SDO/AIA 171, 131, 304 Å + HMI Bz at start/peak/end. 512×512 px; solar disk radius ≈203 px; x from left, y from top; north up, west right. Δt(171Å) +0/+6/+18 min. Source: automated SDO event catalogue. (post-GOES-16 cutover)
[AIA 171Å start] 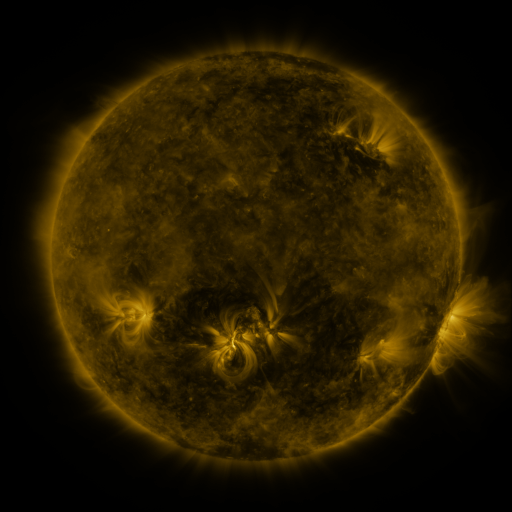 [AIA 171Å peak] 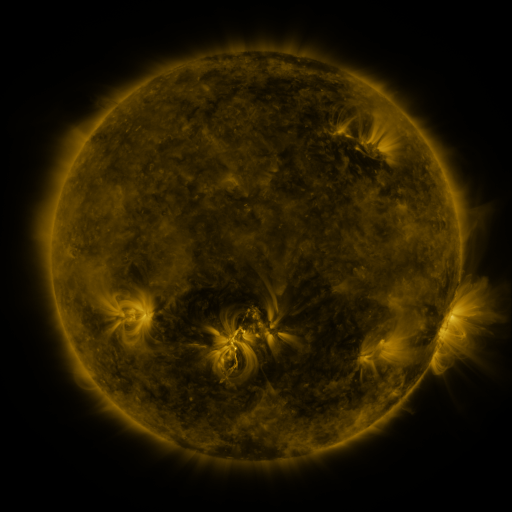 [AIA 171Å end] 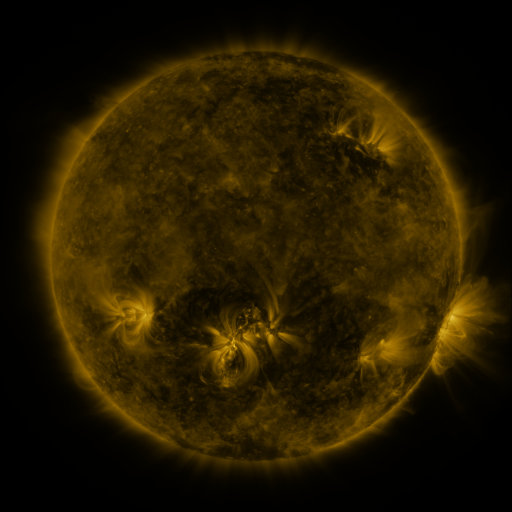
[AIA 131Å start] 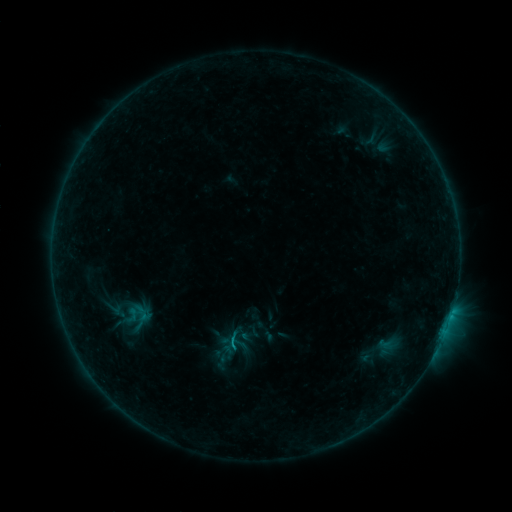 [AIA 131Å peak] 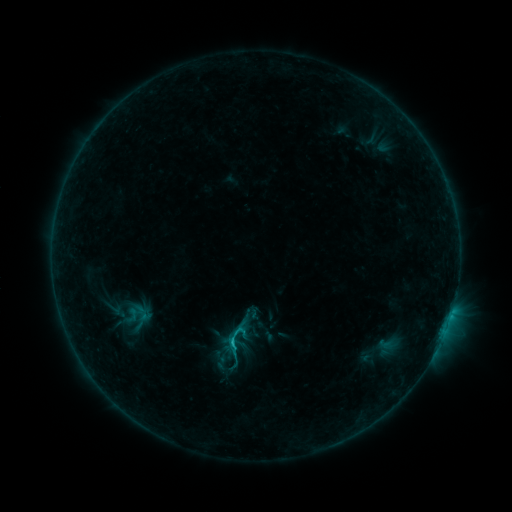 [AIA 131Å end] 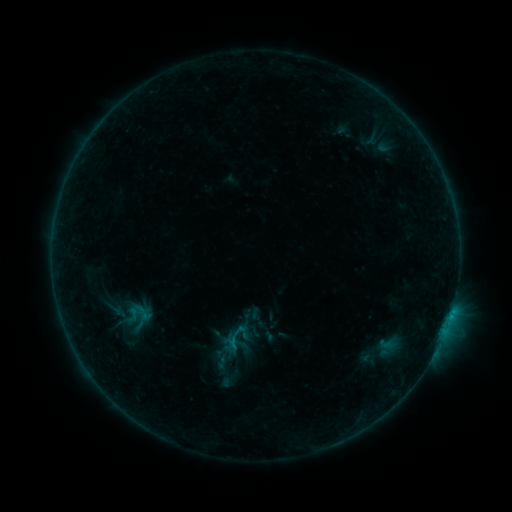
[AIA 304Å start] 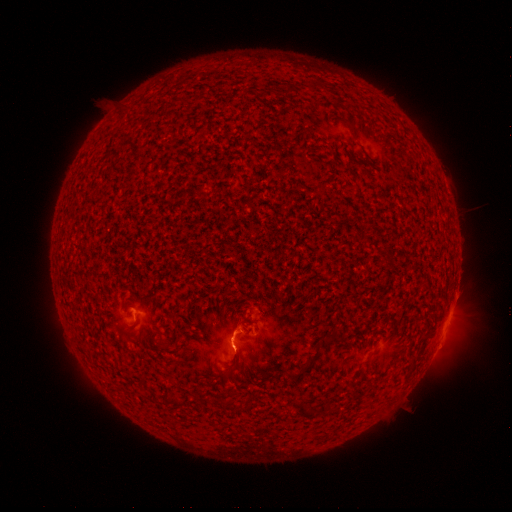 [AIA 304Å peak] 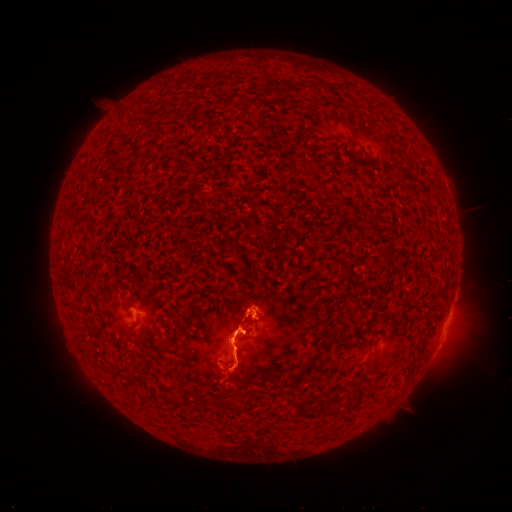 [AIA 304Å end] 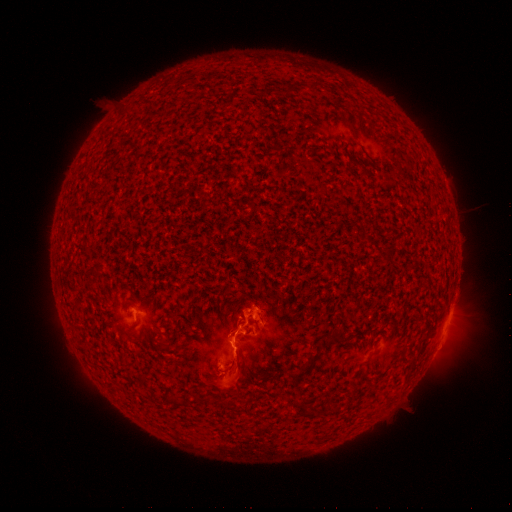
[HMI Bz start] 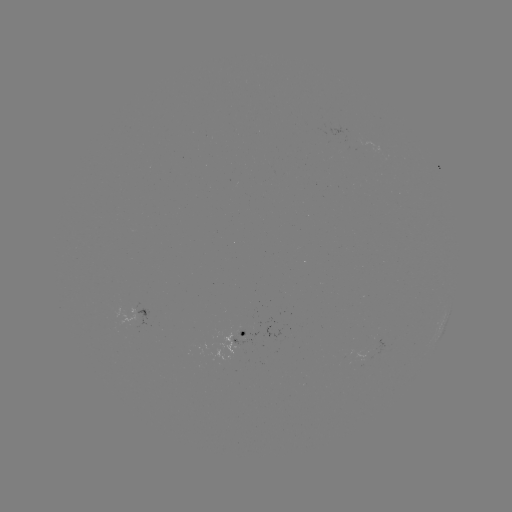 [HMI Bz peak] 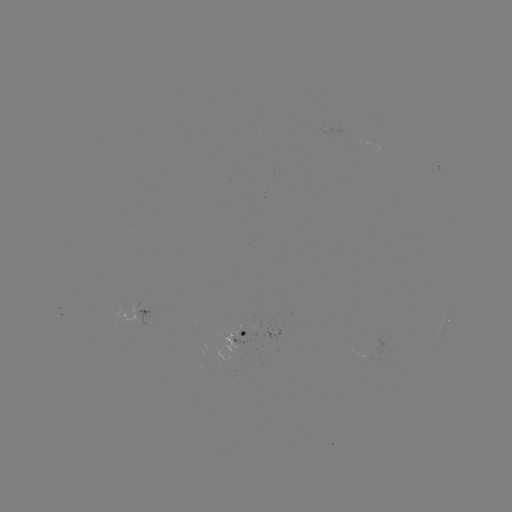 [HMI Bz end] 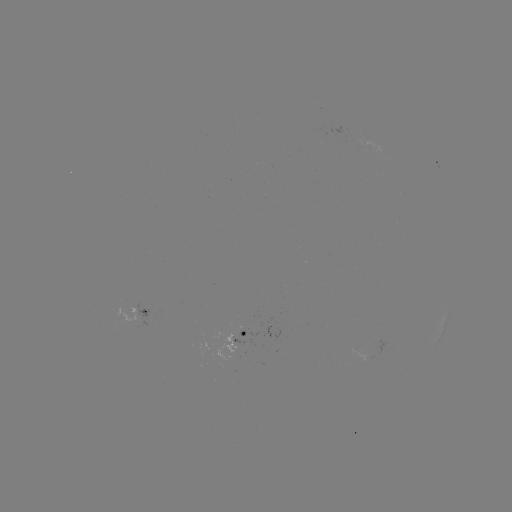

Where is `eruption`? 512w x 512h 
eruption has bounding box [183, 308, 277, 403].